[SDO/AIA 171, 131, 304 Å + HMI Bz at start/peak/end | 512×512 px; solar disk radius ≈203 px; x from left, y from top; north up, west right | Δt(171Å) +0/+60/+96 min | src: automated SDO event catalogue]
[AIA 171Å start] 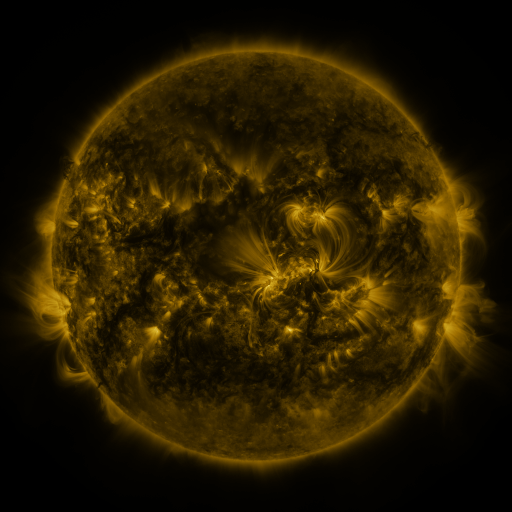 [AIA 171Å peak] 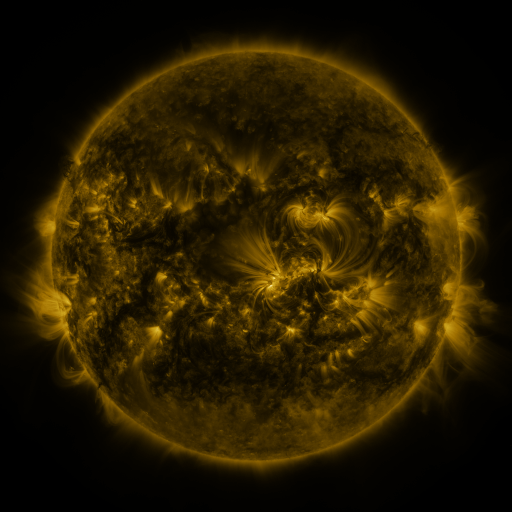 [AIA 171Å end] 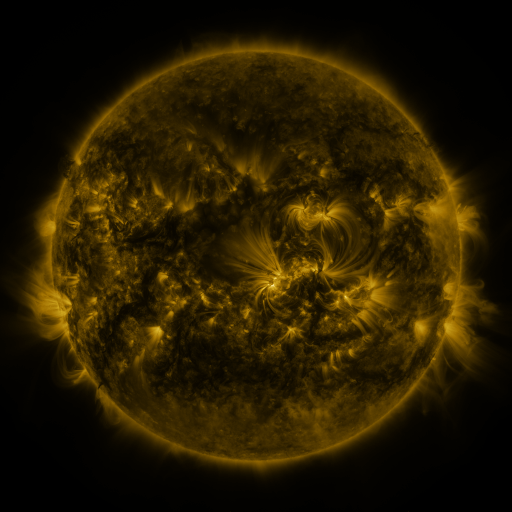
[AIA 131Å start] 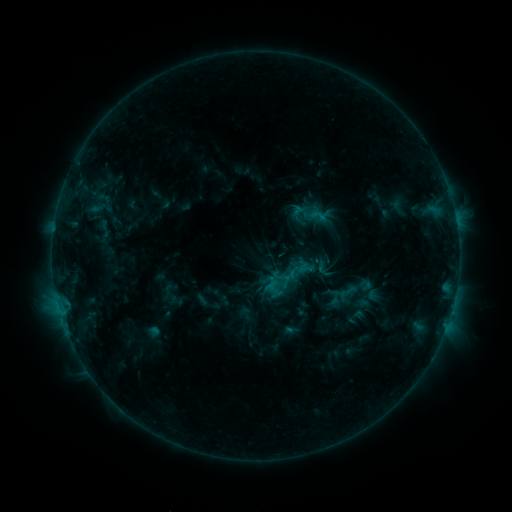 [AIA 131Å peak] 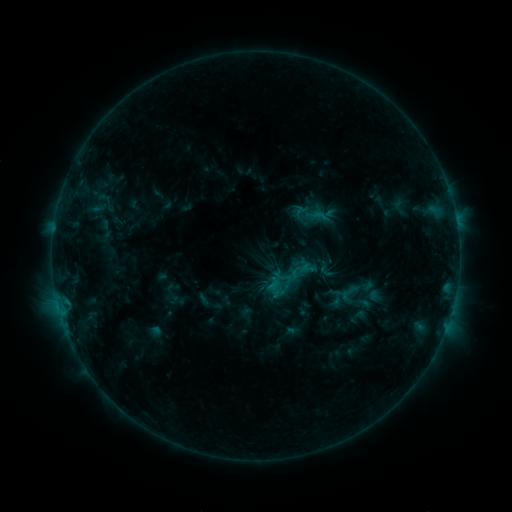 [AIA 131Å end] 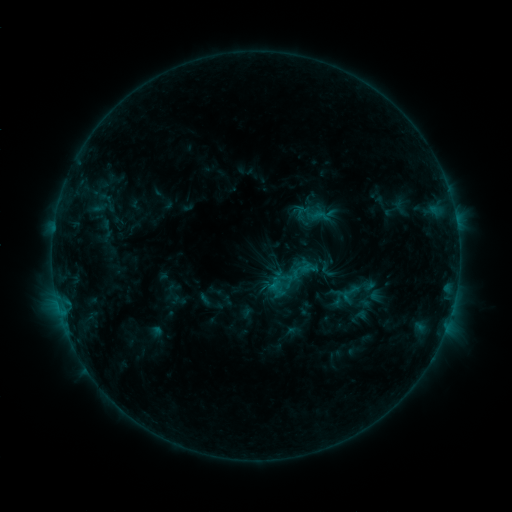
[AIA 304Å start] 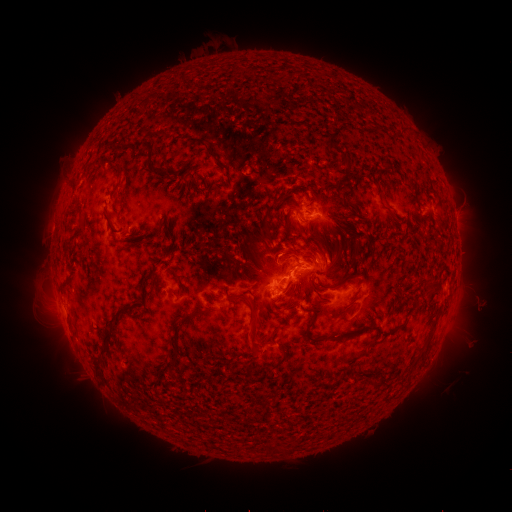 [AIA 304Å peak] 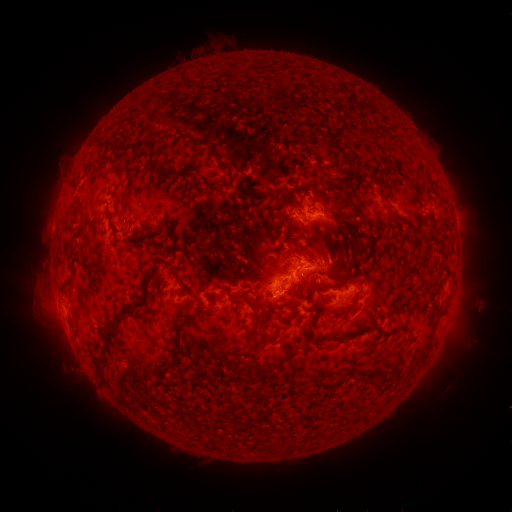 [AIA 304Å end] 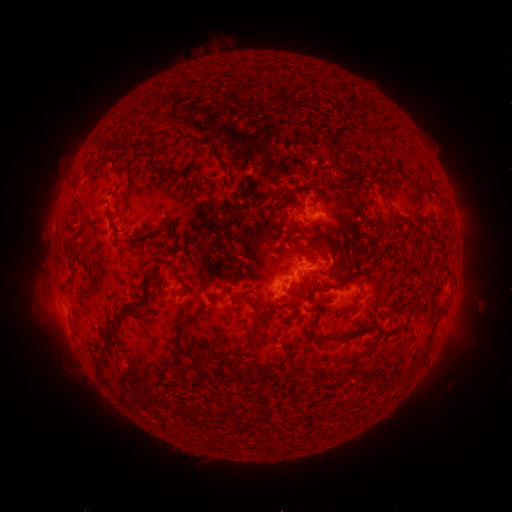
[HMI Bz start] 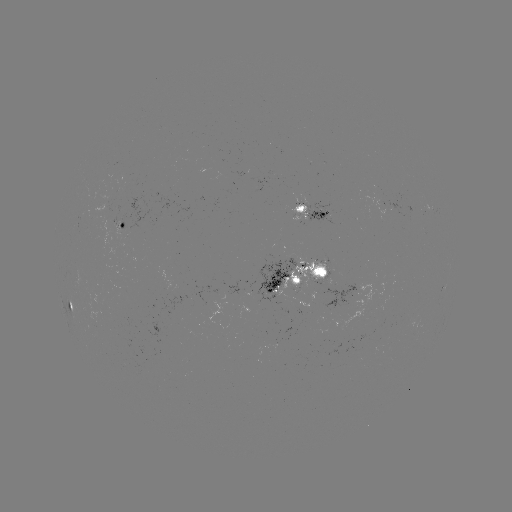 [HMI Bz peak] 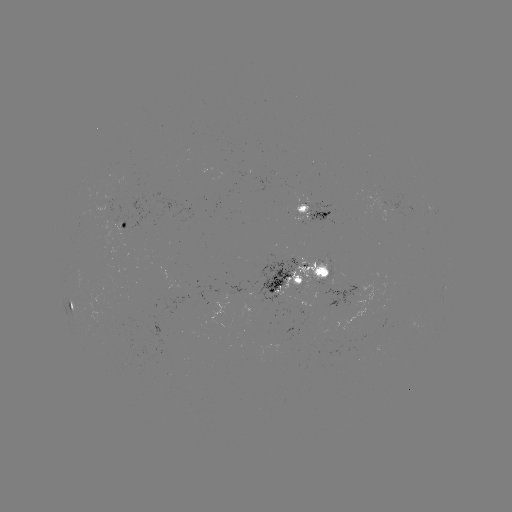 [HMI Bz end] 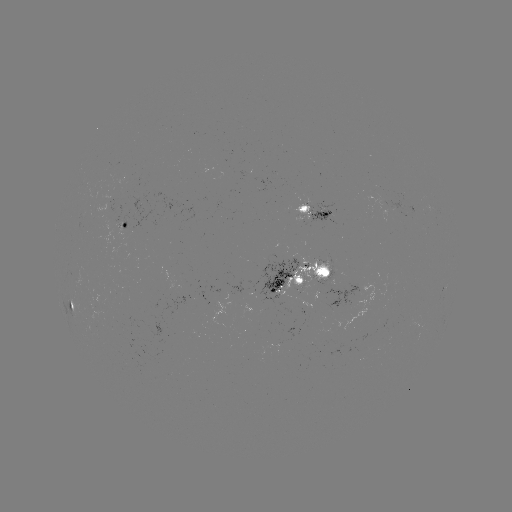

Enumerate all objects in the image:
emerging-flux region: (337, 289)
